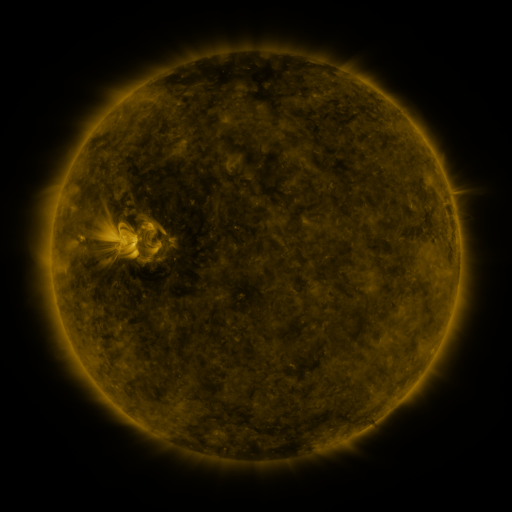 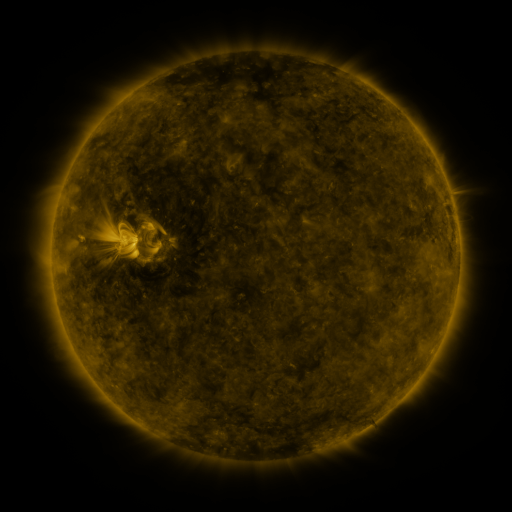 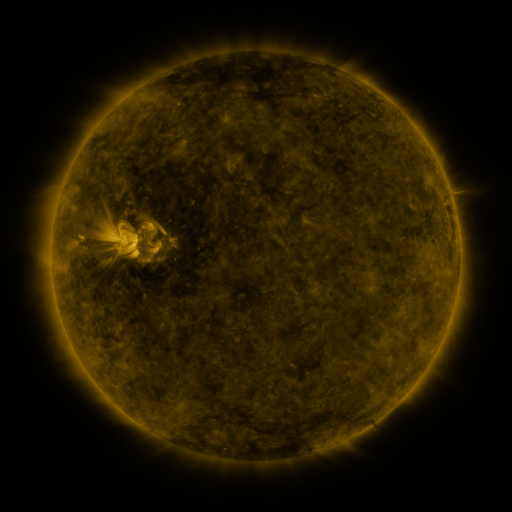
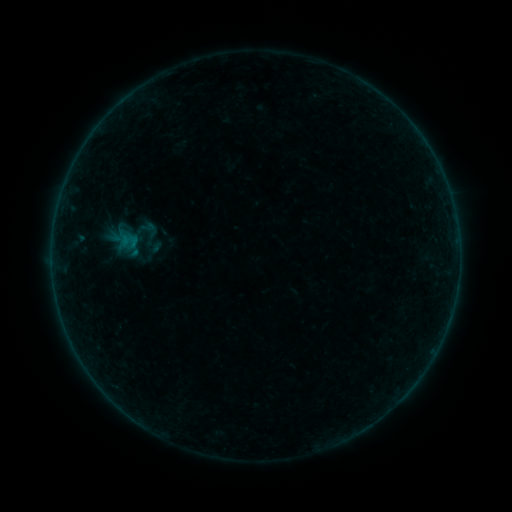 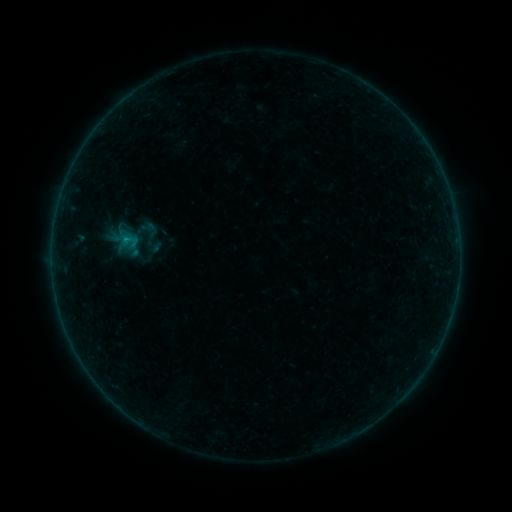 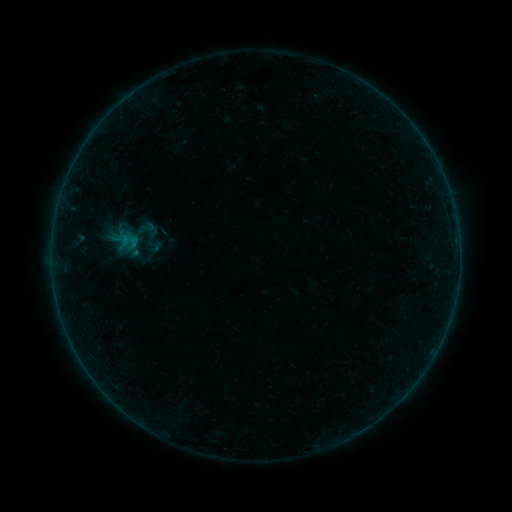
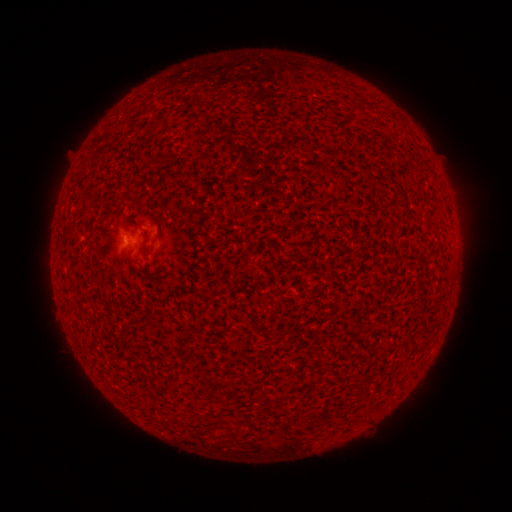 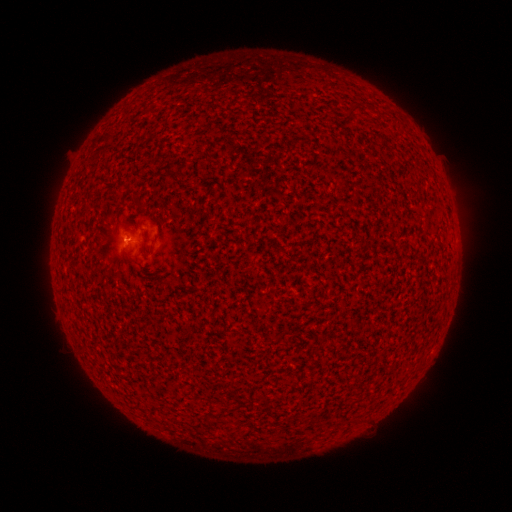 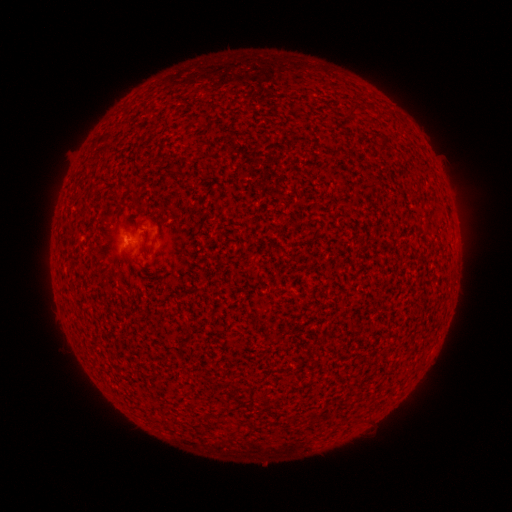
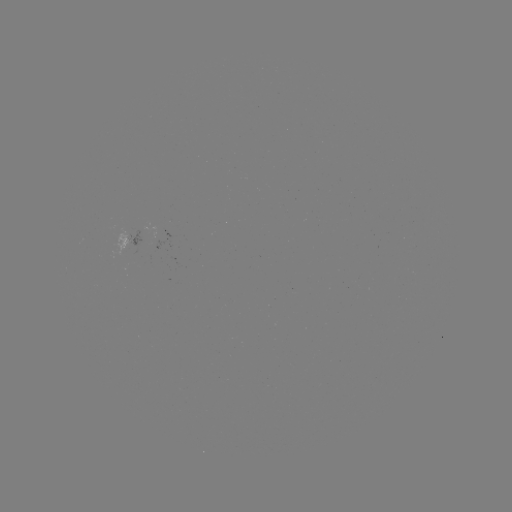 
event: flare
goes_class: B1.0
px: (128, 241)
